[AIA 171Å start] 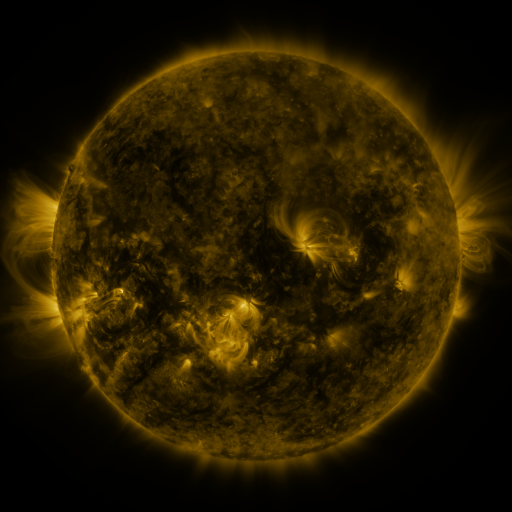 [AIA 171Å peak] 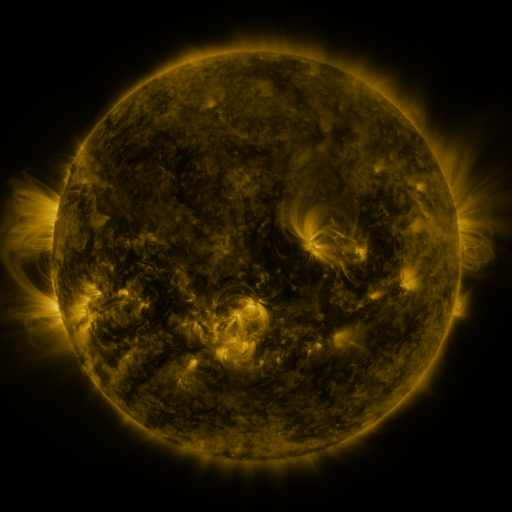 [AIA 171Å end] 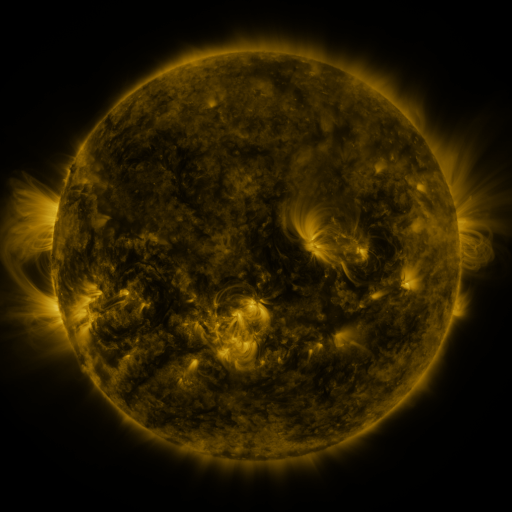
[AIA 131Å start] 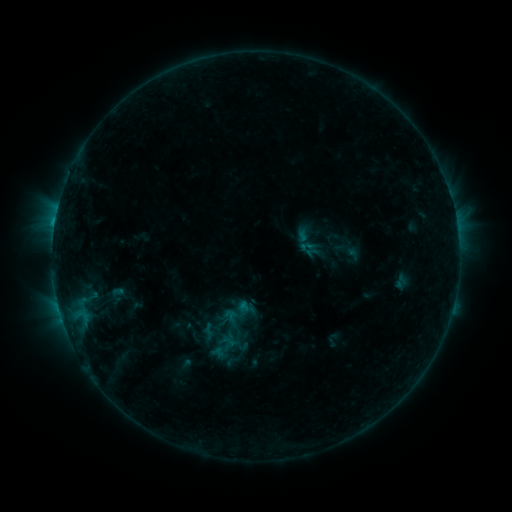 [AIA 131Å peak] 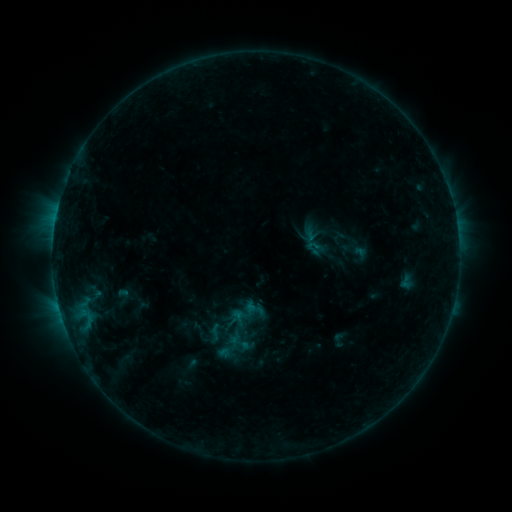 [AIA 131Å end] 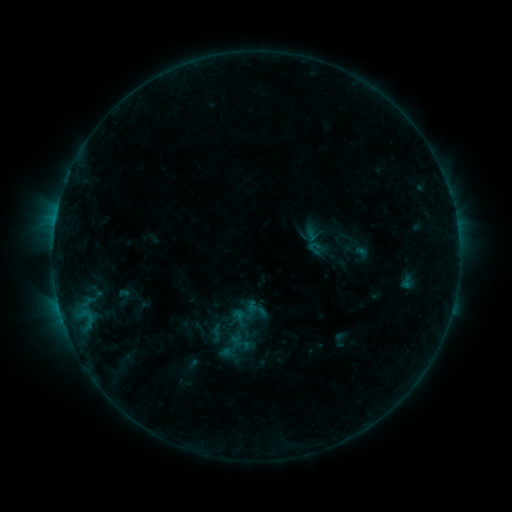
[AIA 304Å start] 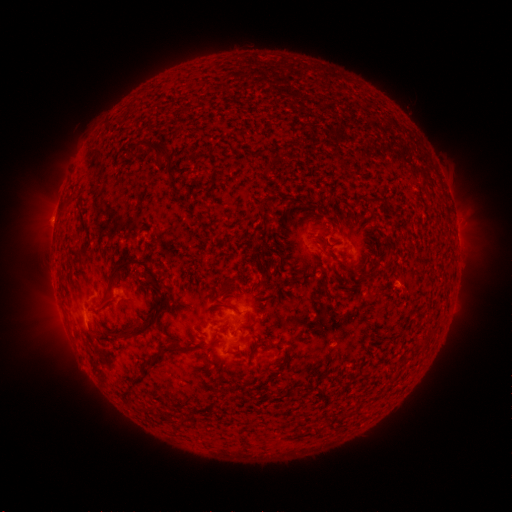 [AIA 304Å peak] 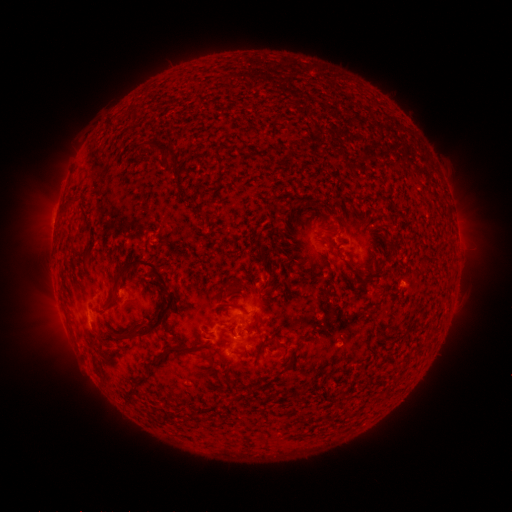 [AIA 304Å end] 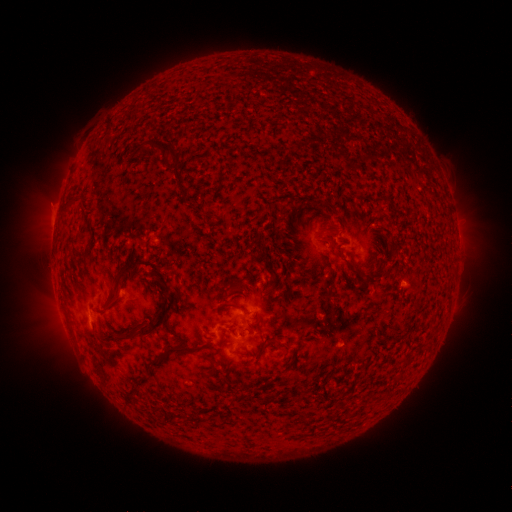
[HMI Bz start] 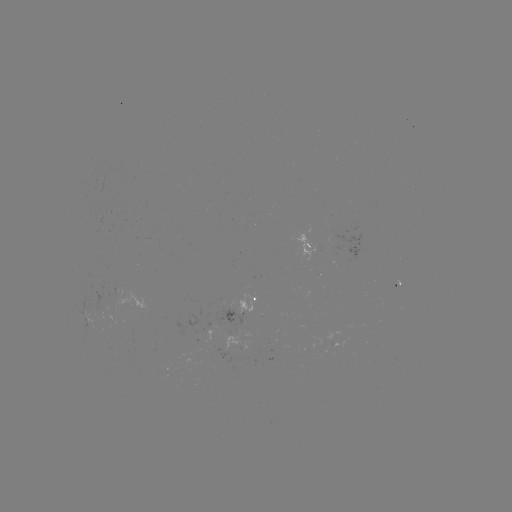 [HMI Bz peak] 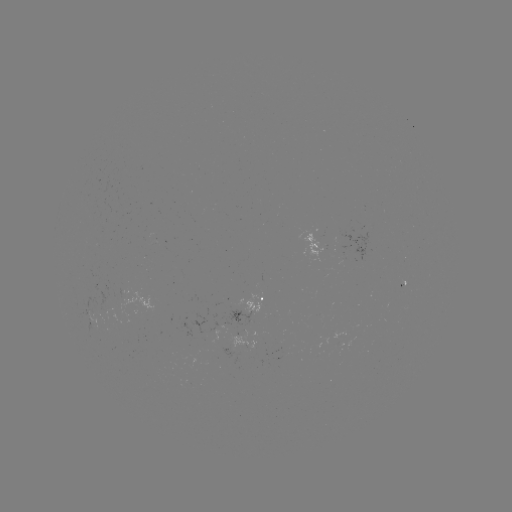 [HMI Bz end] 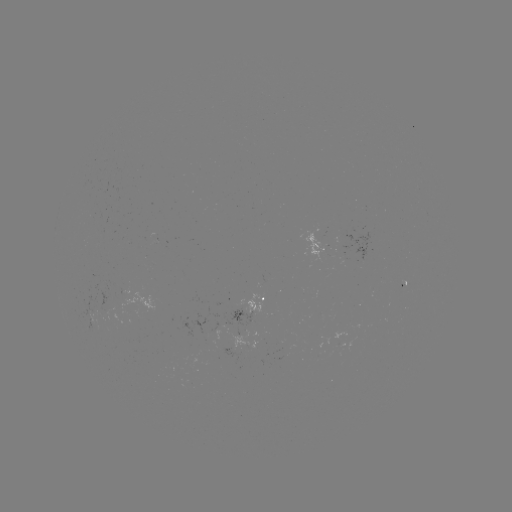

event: emerging-flux region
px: (259, 282)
